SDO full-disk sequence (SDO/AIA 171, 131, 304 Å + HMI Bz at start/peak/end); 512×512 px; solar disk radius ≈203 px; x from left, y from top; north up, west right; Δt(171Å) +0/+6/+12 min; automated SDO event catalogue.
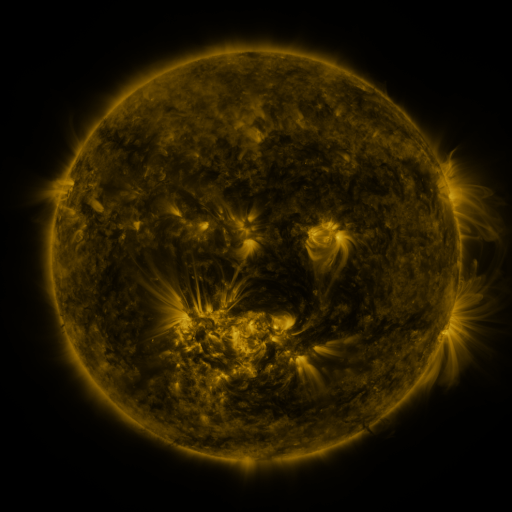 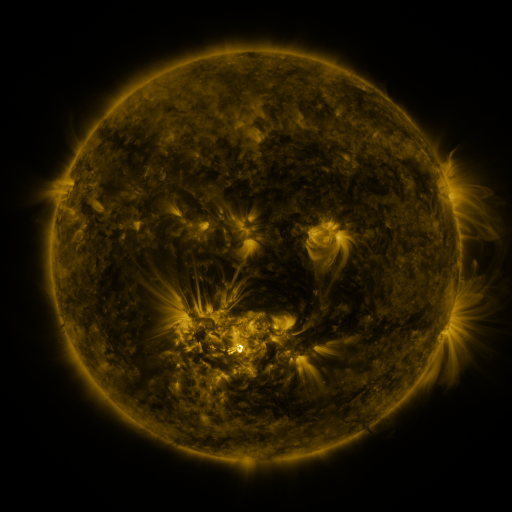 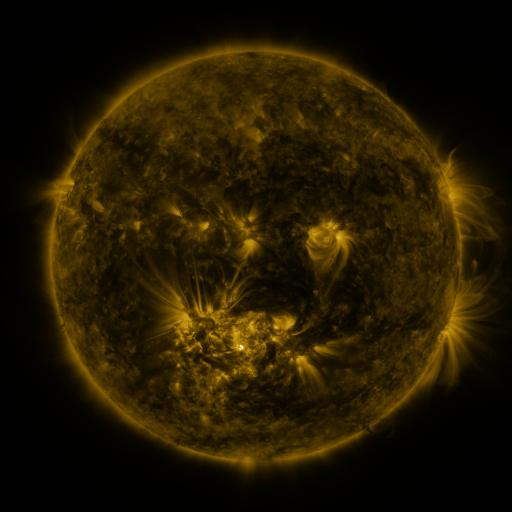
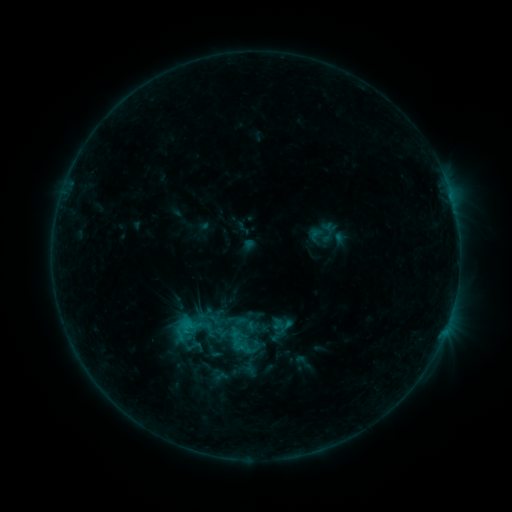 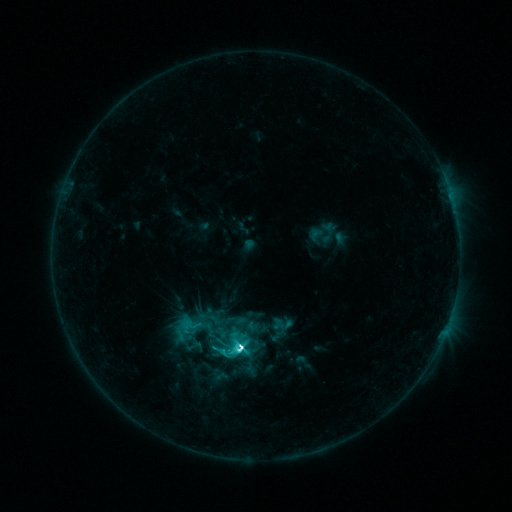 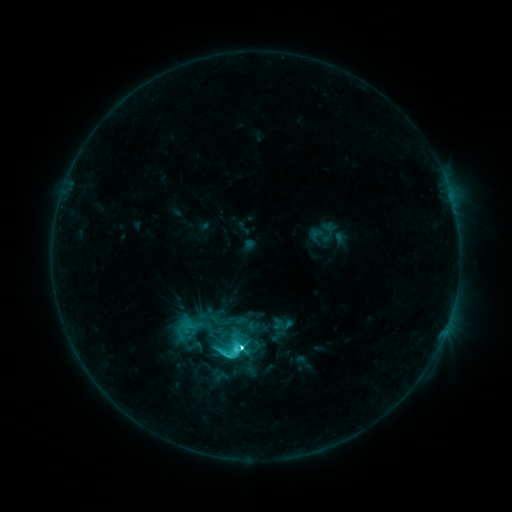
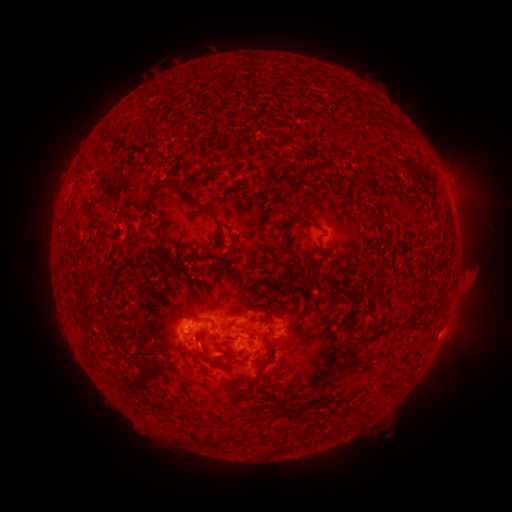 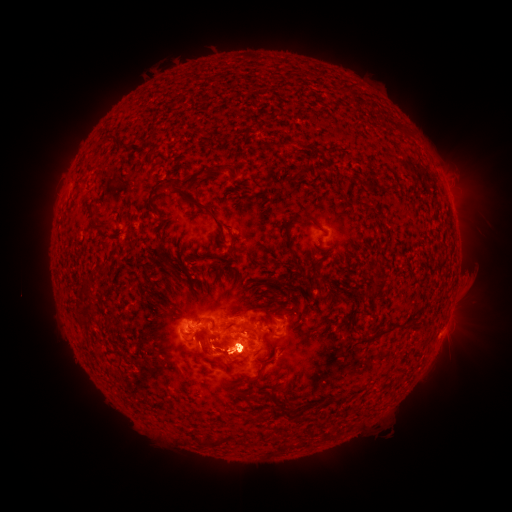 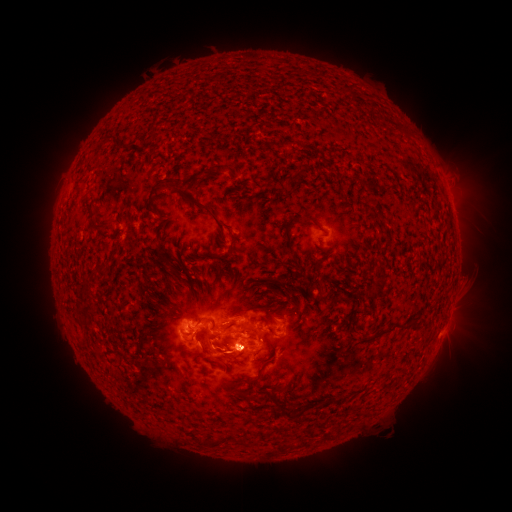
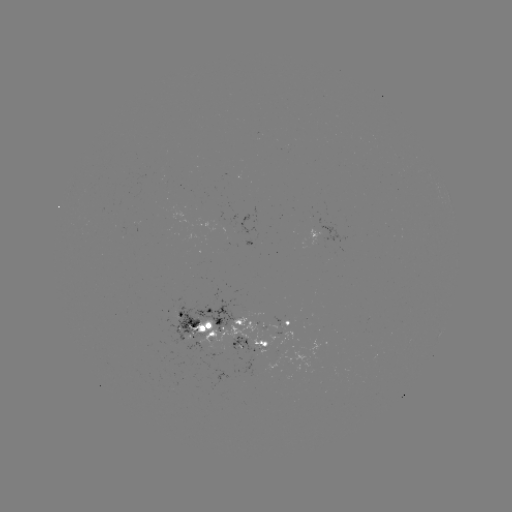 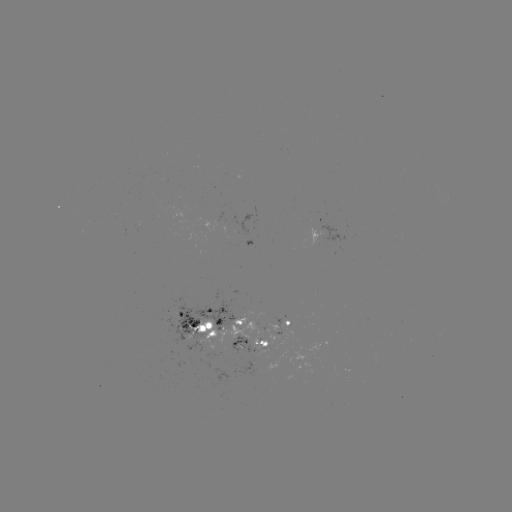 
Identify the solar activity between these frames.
C9.9 flare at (242, 345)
